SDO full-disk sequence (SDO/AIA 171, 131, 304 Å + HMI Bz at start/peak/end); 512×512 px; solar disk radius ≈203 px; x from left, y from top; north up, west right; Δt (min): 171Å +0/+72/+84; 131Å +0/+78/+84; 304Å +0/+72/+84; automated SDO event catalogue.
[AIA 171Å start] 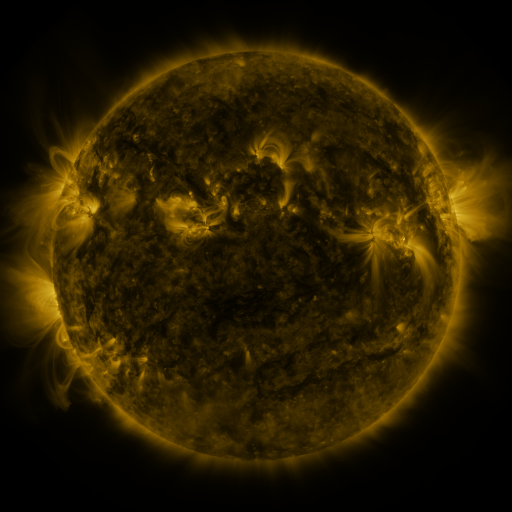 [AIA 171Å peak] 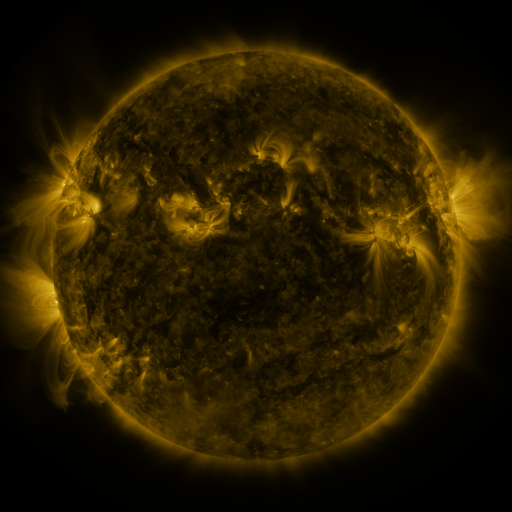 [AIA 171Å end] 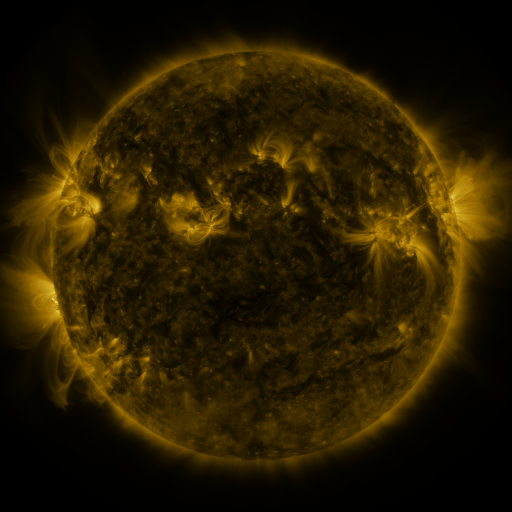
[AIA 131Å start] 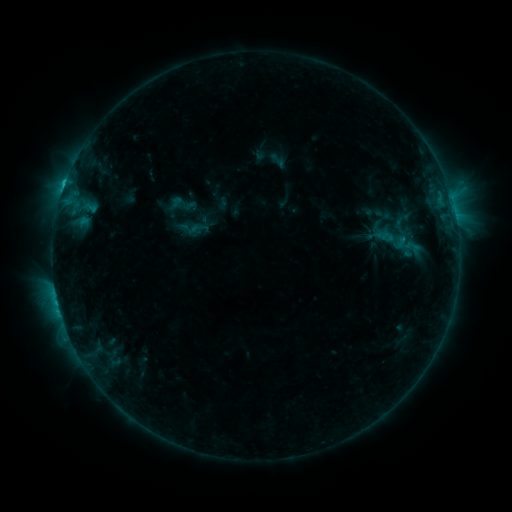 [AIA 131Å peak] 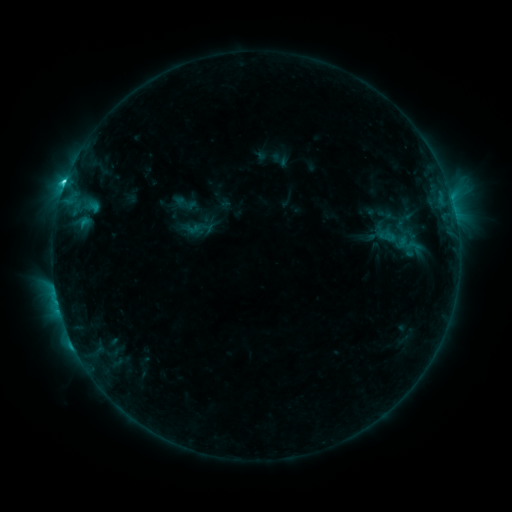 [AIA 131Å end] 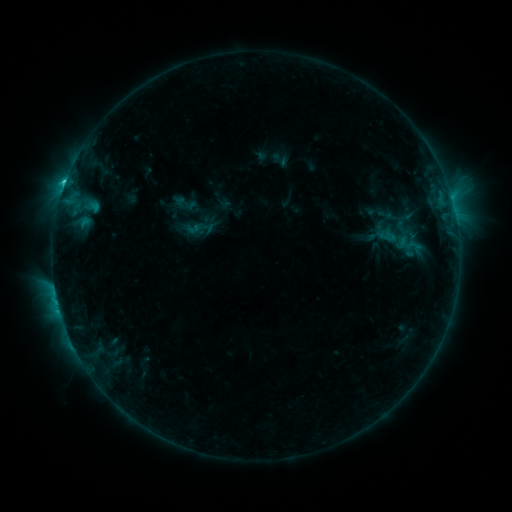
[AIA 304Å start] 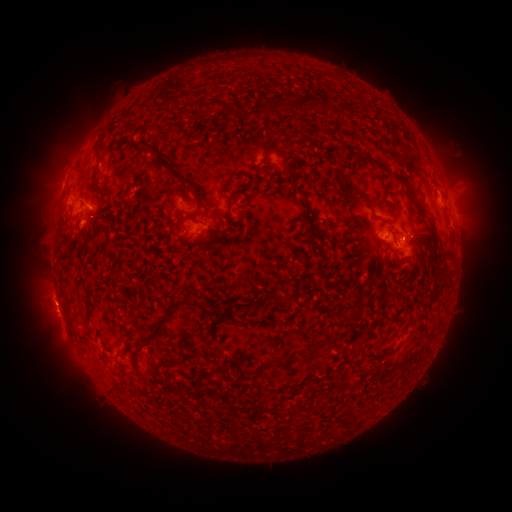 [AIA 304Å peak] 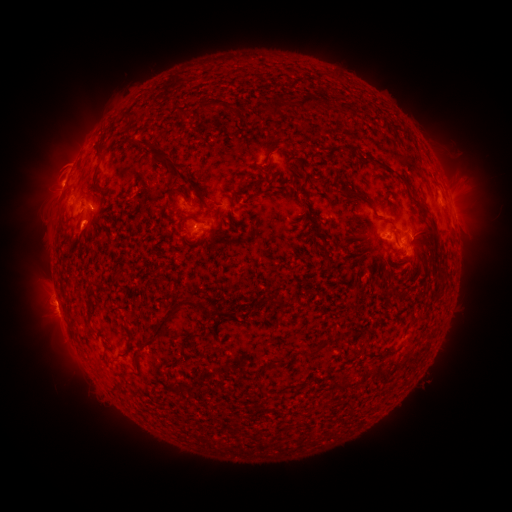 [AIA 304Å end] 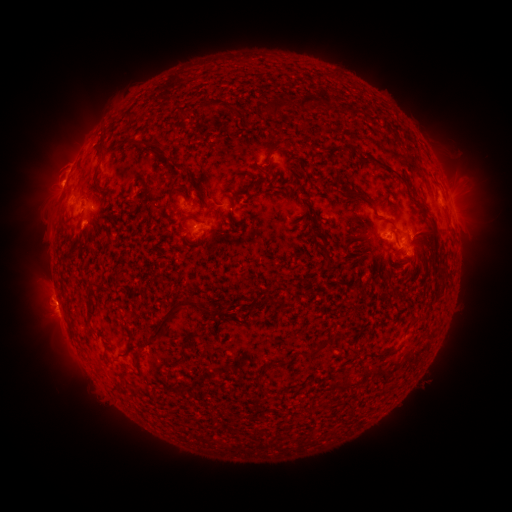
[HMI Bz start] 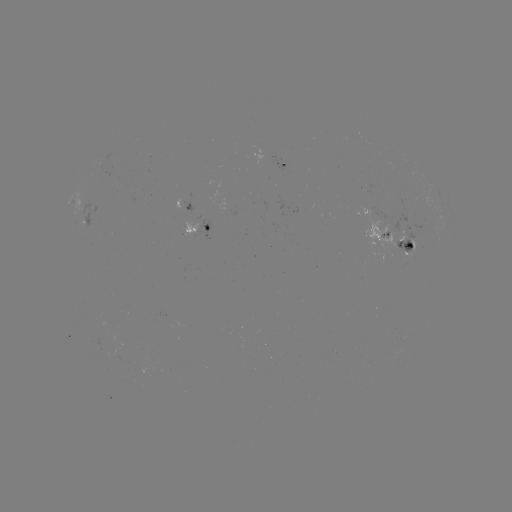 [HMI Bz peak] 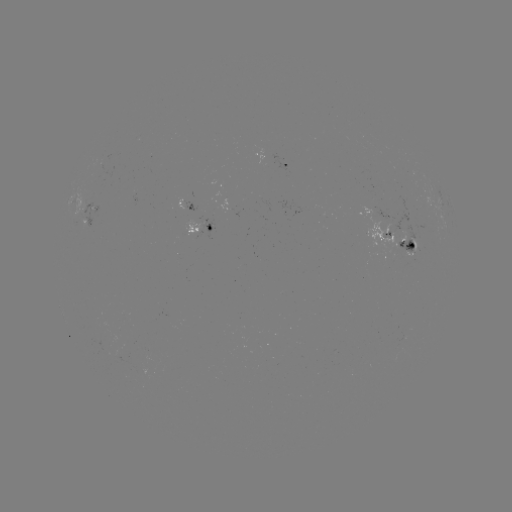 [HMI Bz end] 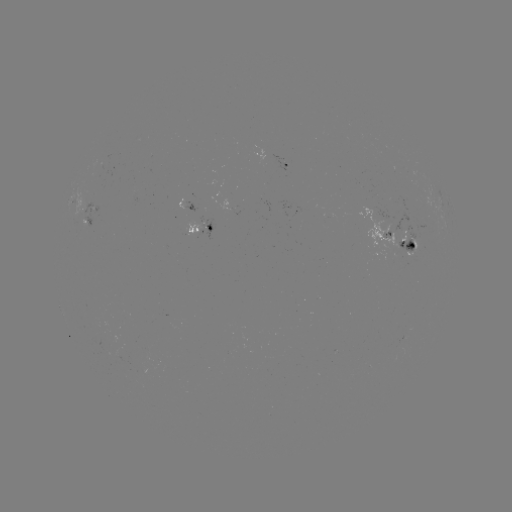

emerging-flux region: [85, 201, 98, 227]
